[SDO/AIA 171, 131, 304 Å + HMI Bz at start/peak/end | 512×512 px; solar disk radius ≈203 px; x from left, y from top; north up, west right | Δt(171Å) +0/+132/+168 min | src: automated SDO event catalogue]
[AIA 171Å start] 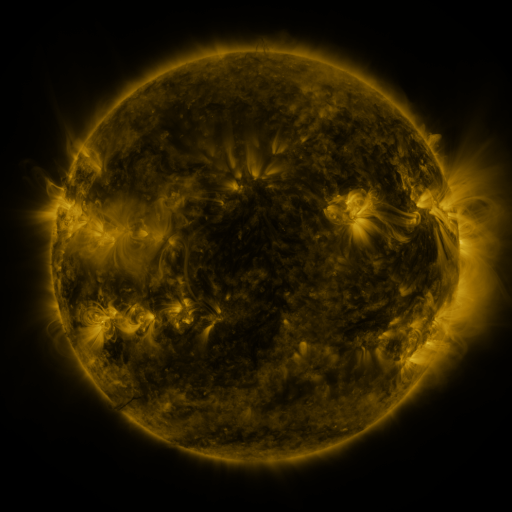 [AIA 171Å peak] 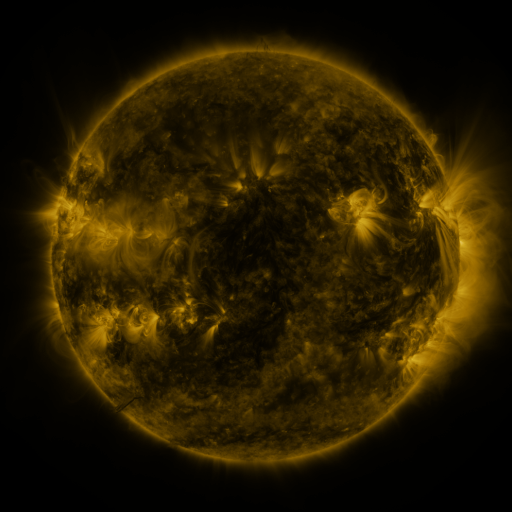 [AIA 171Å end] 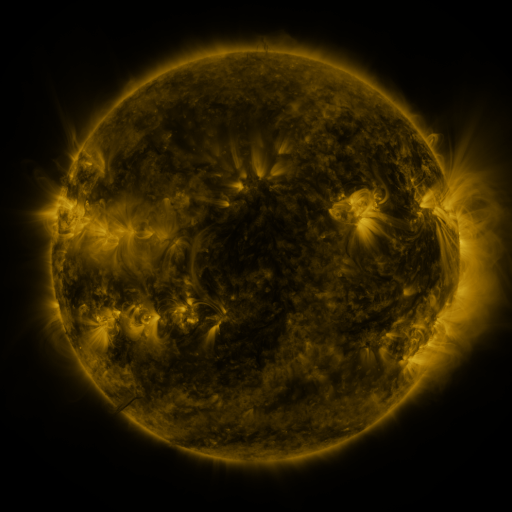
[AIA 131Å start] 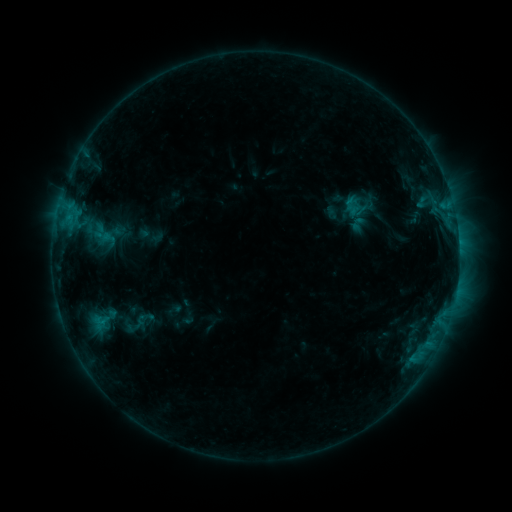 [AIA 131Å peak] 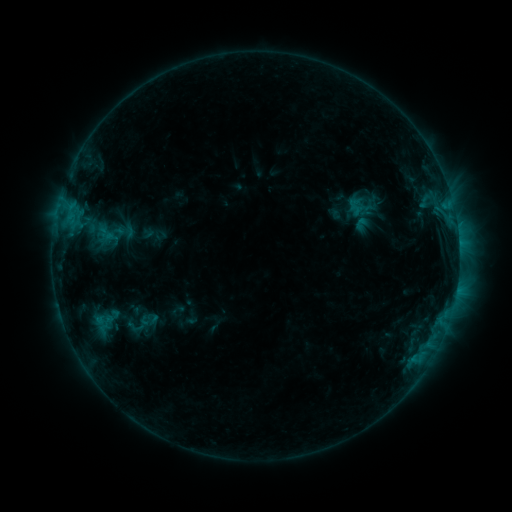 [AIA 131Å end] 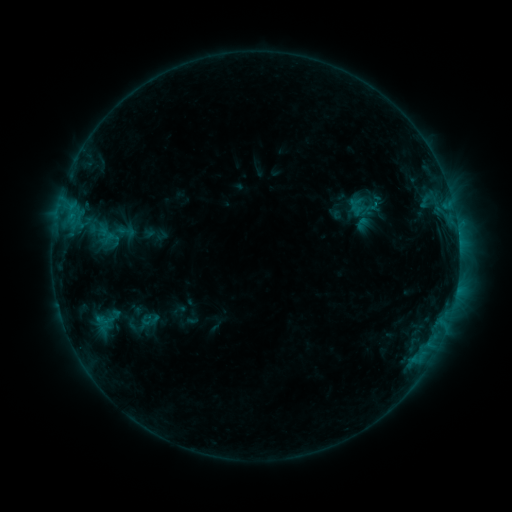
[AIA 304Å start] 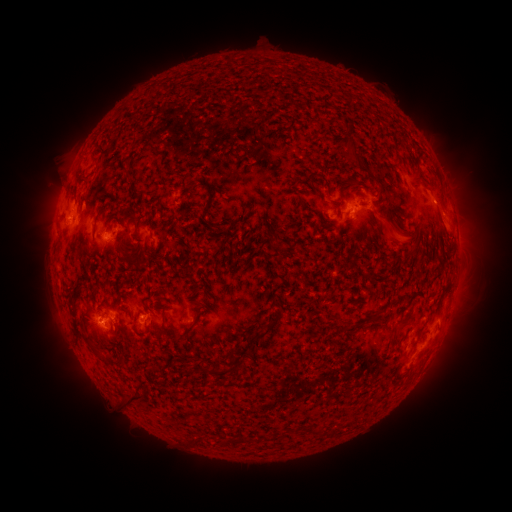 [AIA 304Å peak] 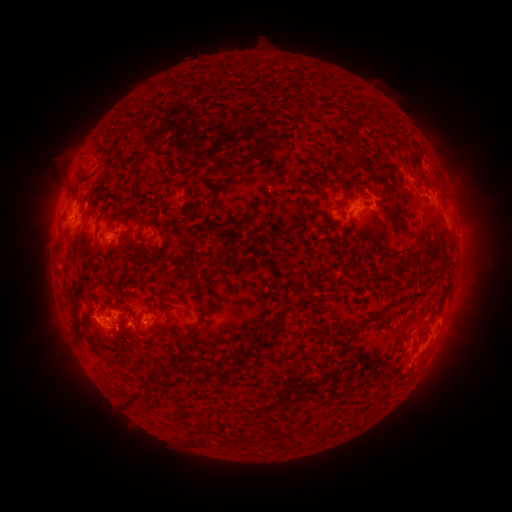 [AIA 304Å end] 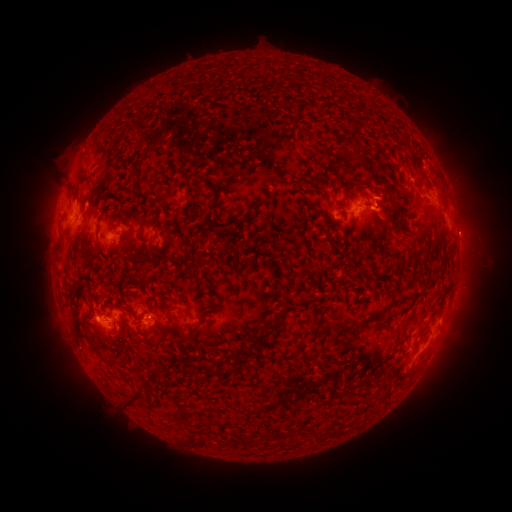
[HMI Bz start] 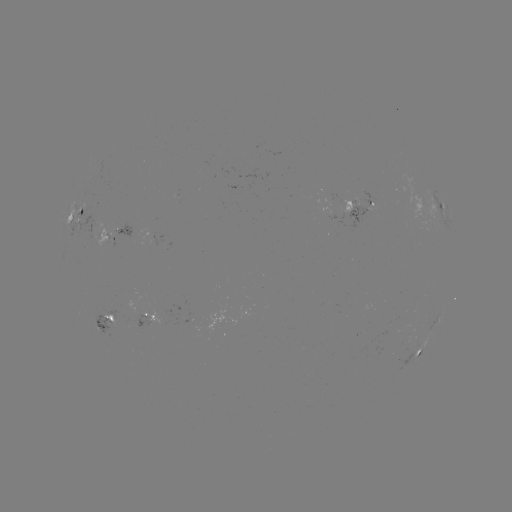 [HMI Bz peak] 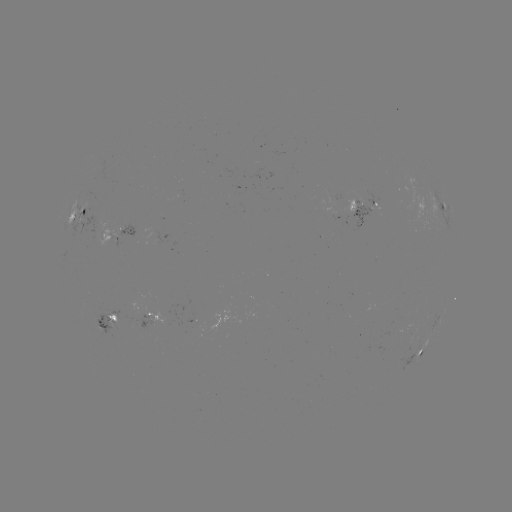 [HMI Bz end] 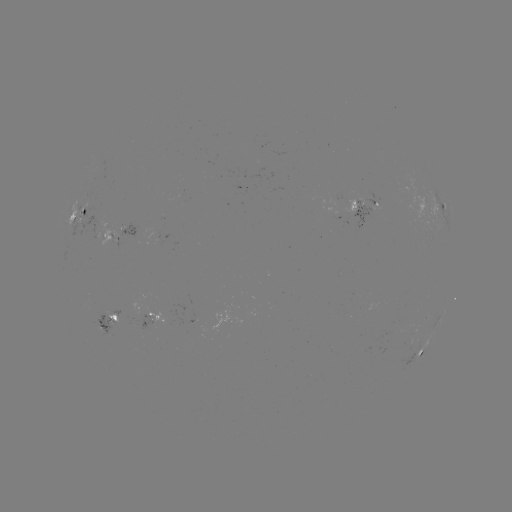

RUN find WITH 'emerging-flux region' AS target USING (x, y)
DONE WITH (170, 238) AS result